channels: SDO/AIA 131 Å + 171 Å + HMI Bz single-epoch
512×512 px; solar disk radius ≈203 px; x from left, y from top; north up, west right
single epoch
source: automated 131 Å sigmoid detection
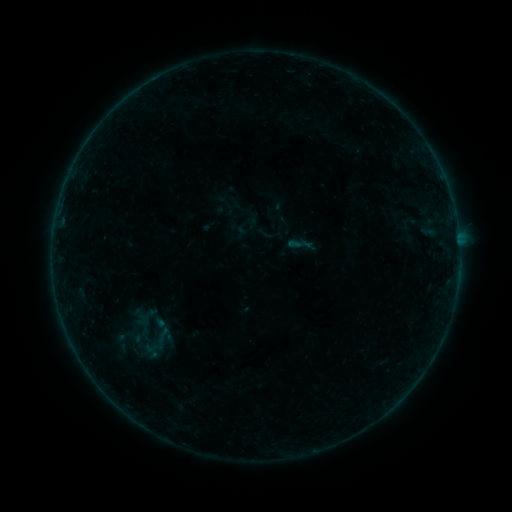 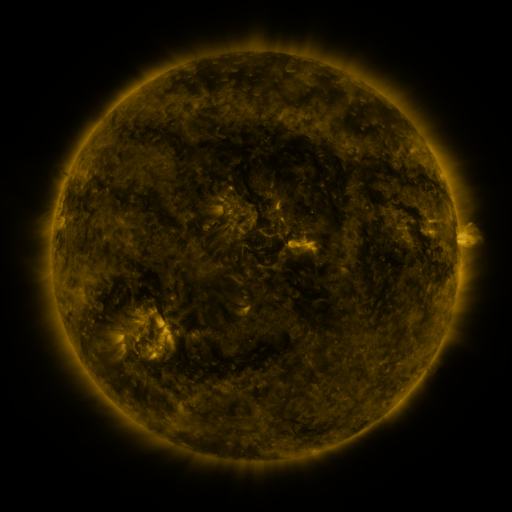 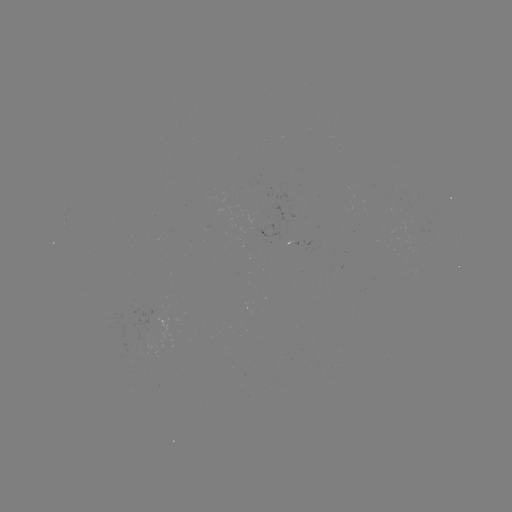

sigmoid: <bbox>139, 338, 166, 358</bbox>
